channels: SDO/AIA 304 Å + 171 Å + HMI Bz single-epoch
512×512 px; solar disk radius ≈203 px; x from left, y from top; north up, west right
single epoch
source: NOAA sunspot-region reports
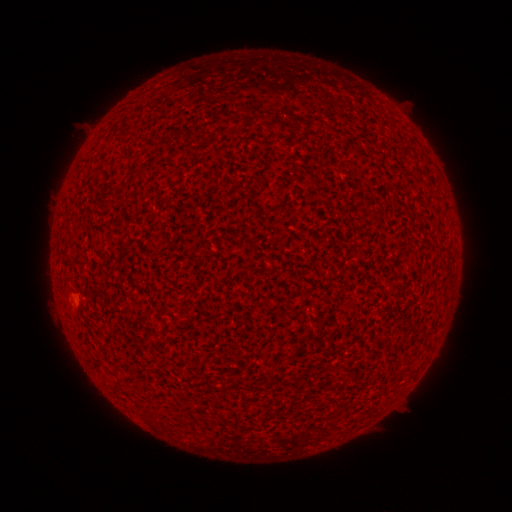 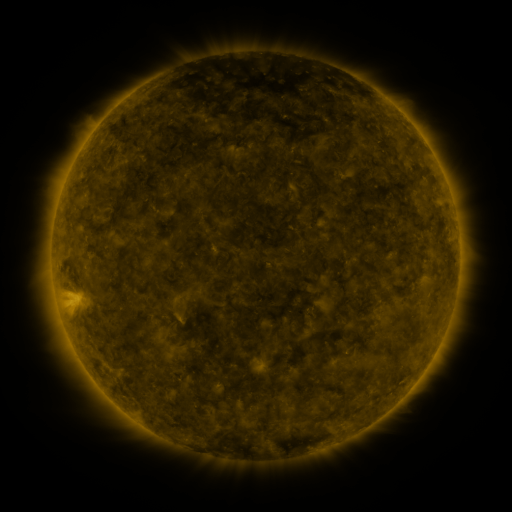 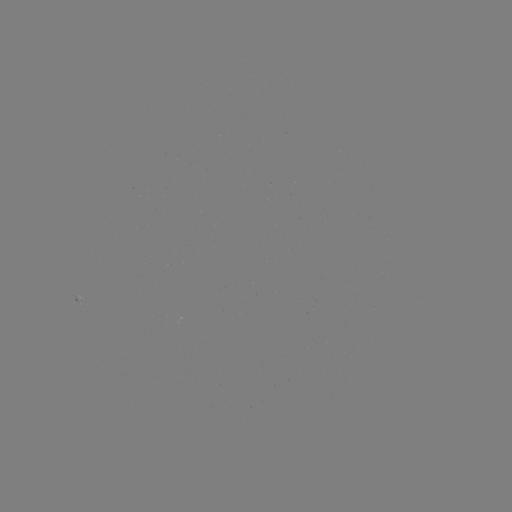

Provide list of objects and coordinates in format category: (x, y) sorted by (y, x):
(none)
